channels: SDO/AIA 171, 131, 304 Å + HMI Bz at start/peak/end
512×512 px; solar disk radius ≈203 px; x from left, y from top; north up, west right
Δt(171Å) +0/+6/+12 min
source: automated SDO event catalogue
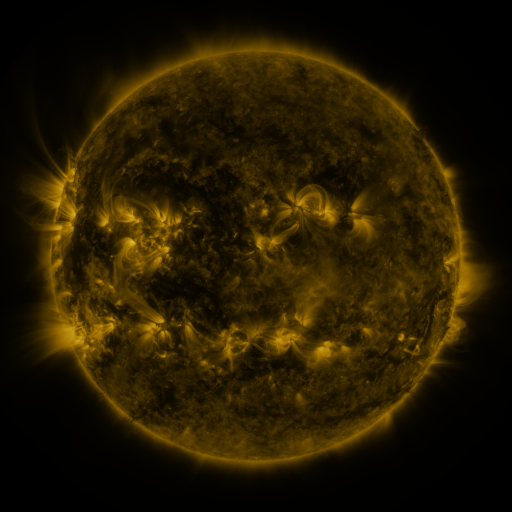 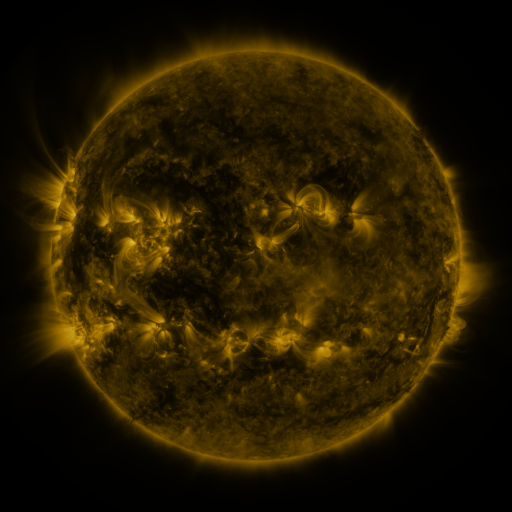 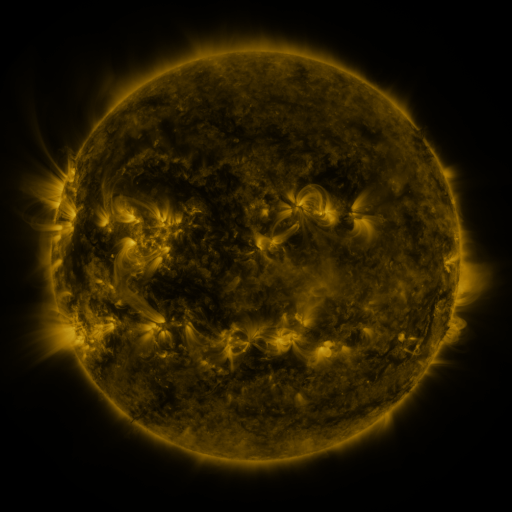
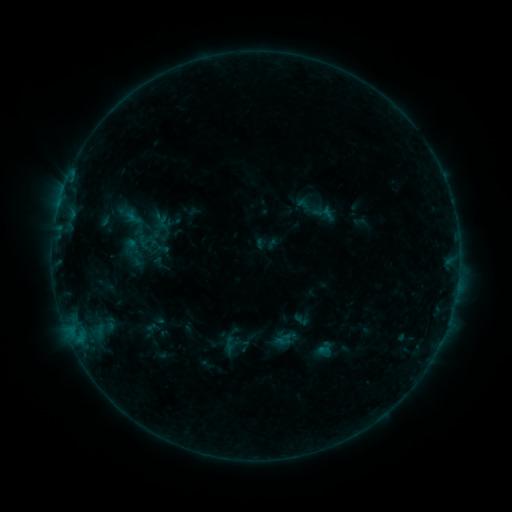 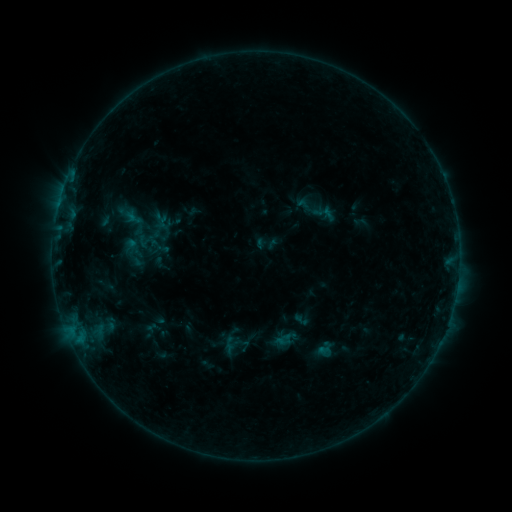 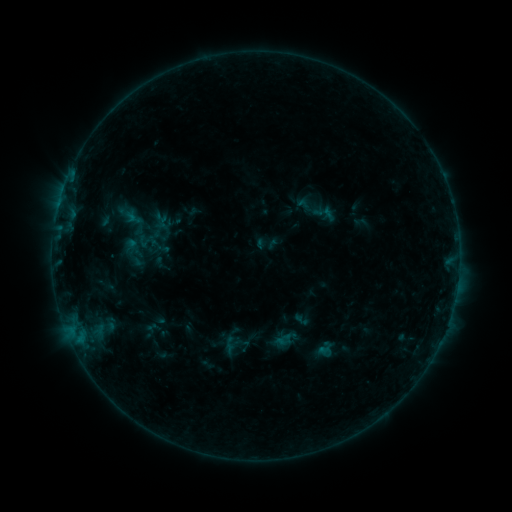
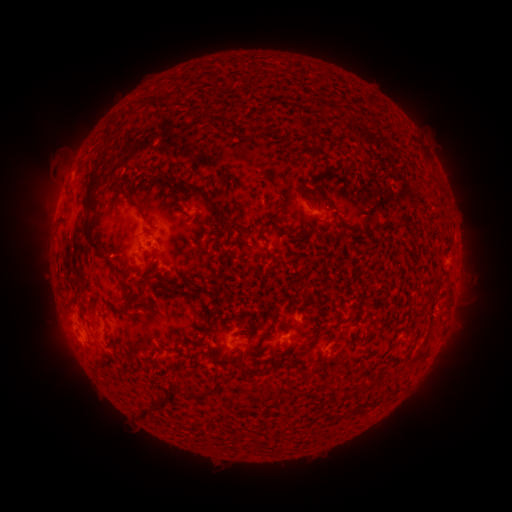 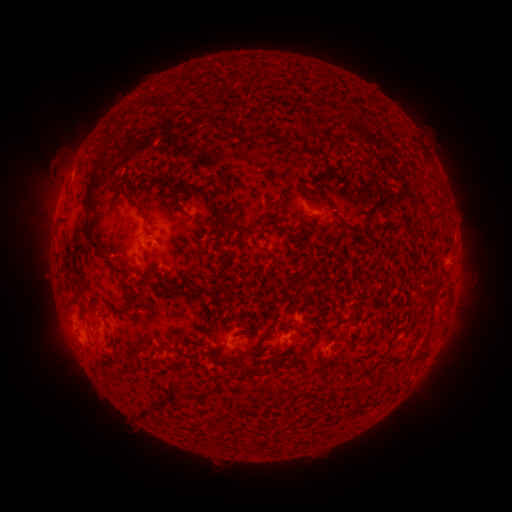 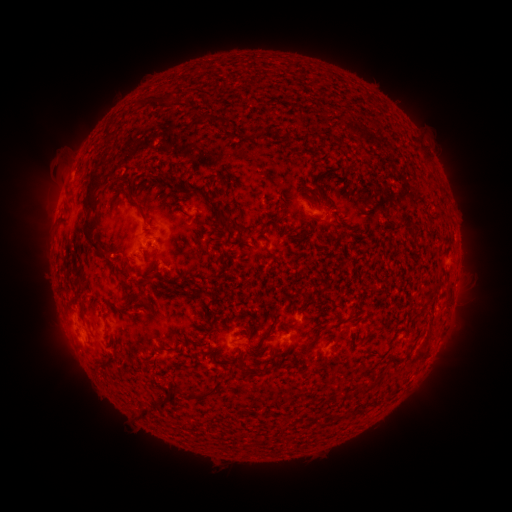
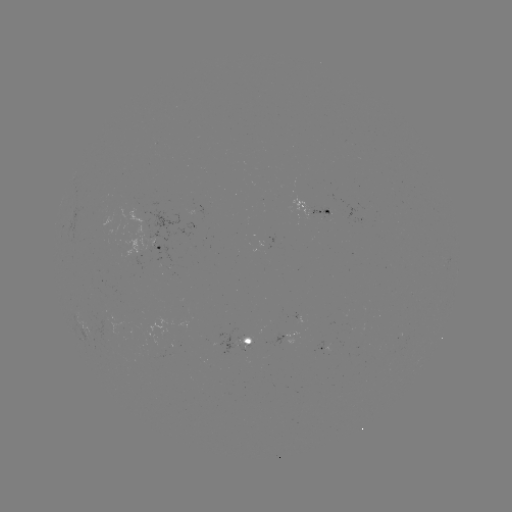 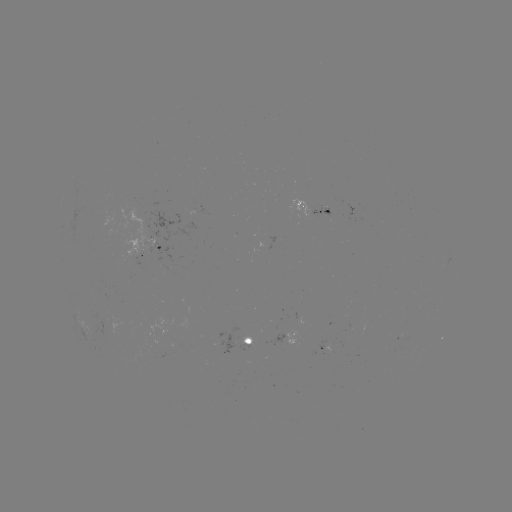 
no catalogued flare and no flagged EUV brightening in this window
